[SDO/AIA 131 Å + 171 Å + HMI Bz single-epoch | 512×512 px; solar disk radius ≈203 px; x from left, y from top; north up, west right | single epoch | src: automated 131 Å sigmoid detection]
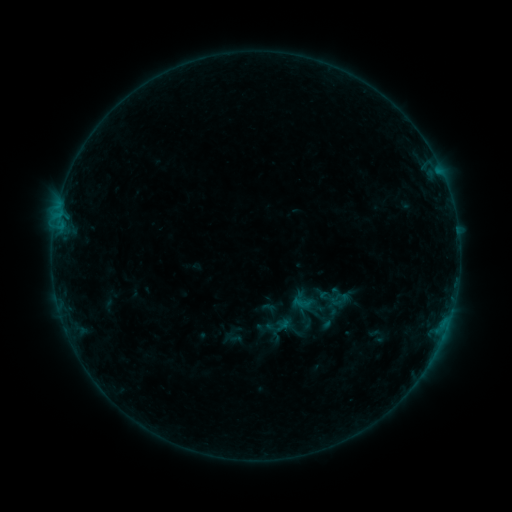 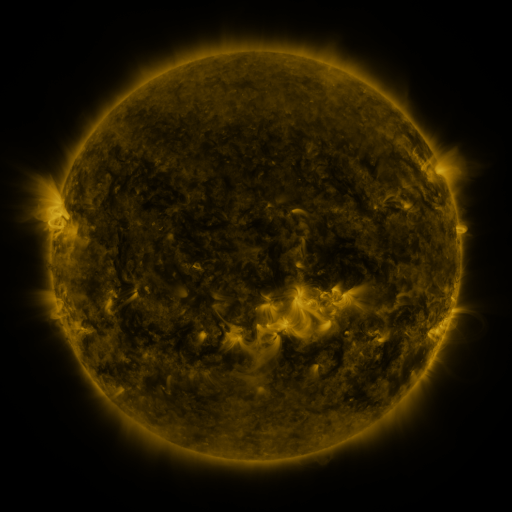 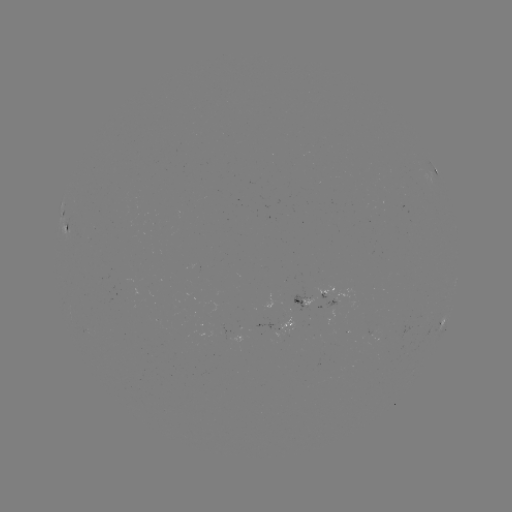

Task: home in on sigmoid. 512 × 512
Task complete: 334,298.